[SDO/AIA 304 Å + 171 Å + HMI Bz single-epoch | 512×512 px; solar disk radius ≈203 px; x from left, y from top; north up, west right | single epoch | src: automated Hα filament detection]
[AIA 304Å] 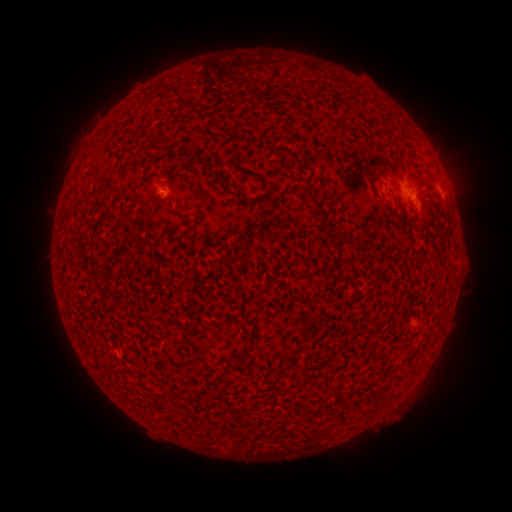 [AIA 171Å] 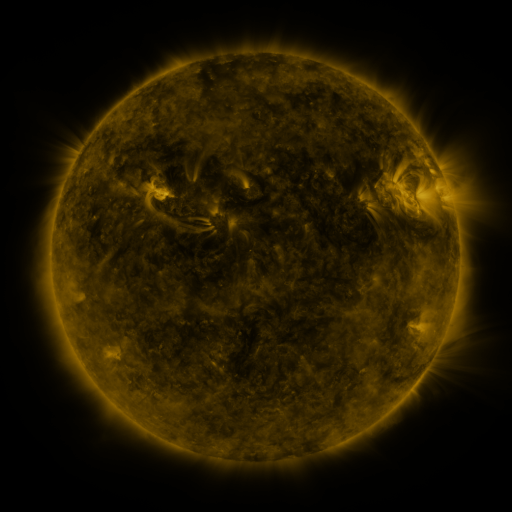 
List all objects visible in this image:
filament: (298, 186, 324, 216)
filament: (326, 230, 344, 243)
filament: (234, 351, 246, 359)
